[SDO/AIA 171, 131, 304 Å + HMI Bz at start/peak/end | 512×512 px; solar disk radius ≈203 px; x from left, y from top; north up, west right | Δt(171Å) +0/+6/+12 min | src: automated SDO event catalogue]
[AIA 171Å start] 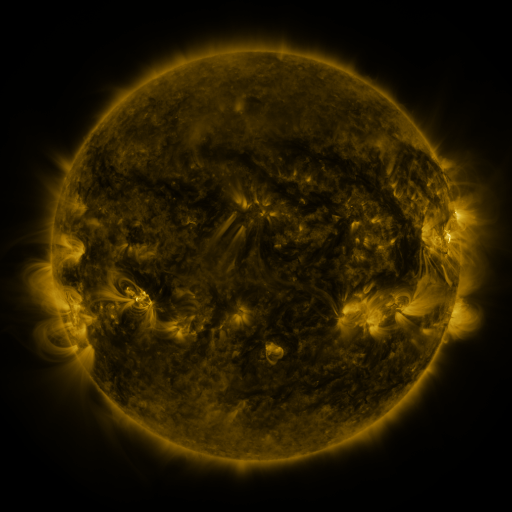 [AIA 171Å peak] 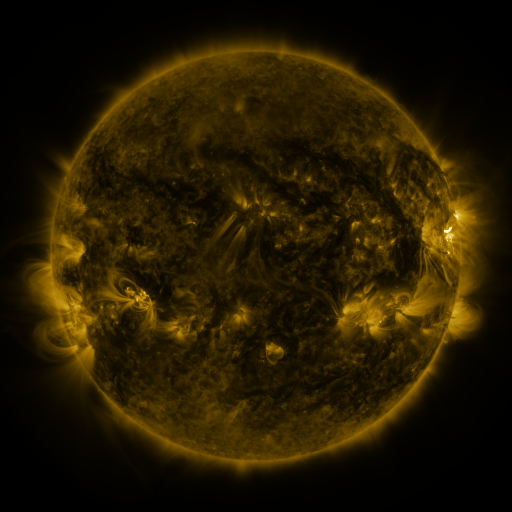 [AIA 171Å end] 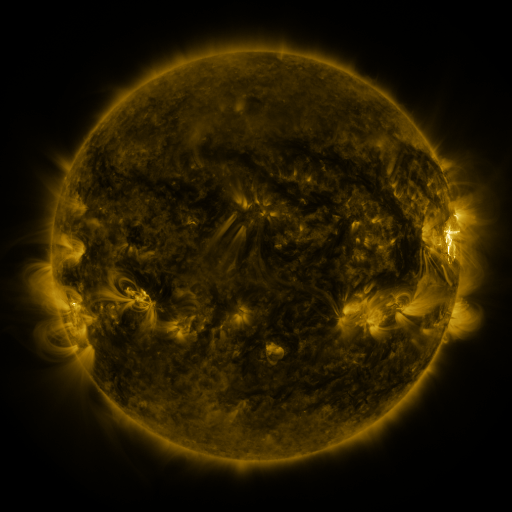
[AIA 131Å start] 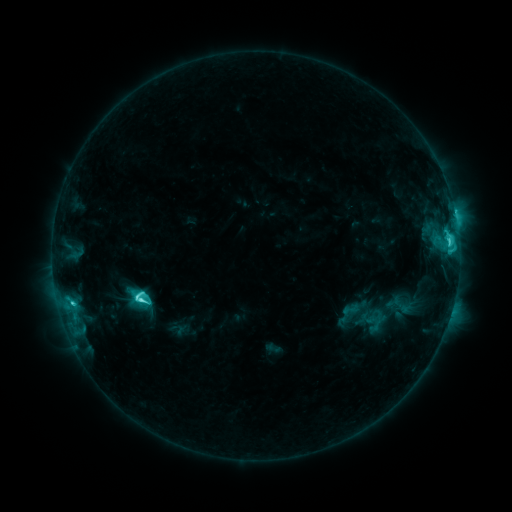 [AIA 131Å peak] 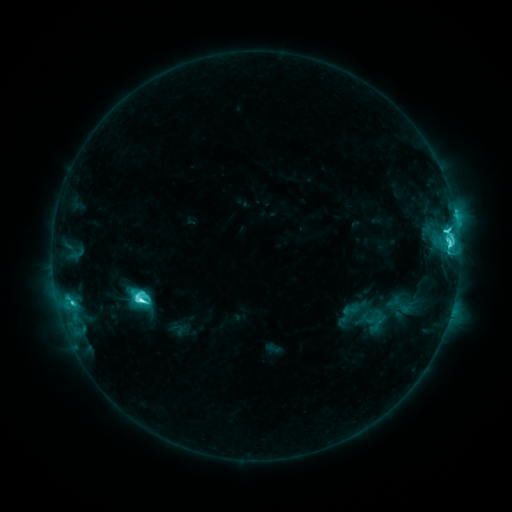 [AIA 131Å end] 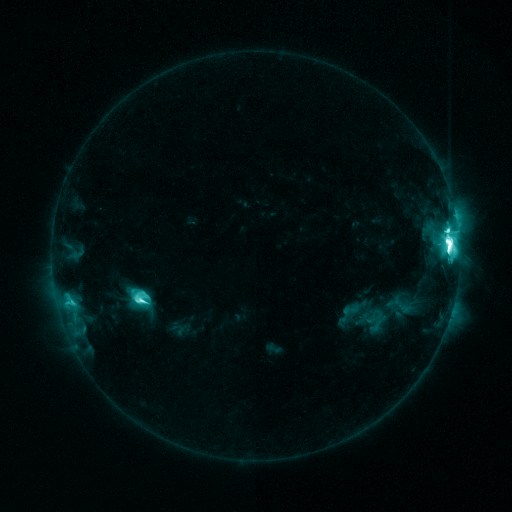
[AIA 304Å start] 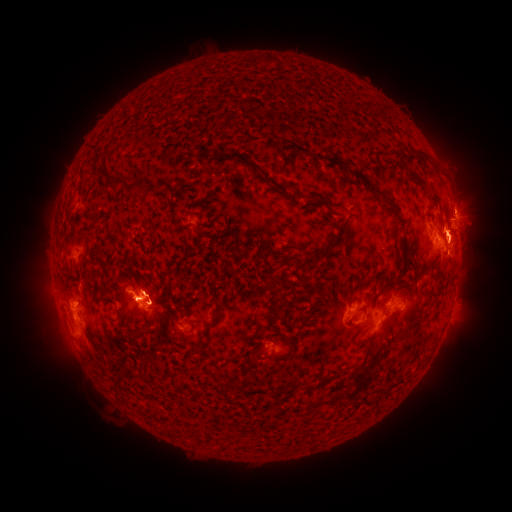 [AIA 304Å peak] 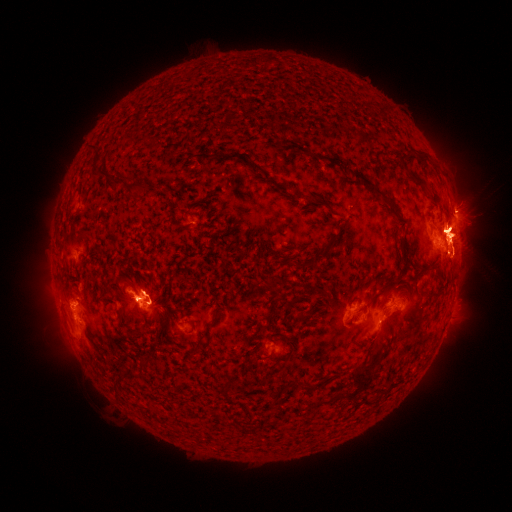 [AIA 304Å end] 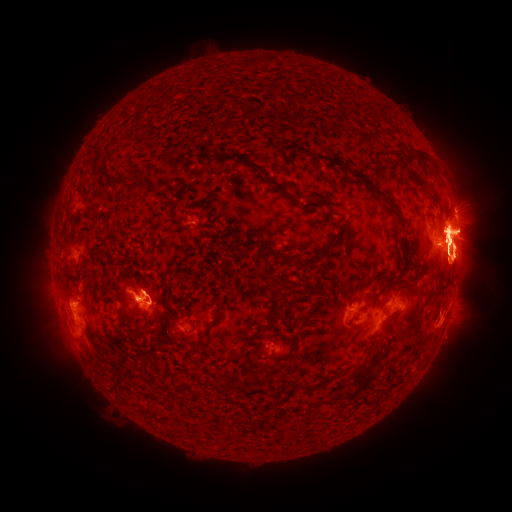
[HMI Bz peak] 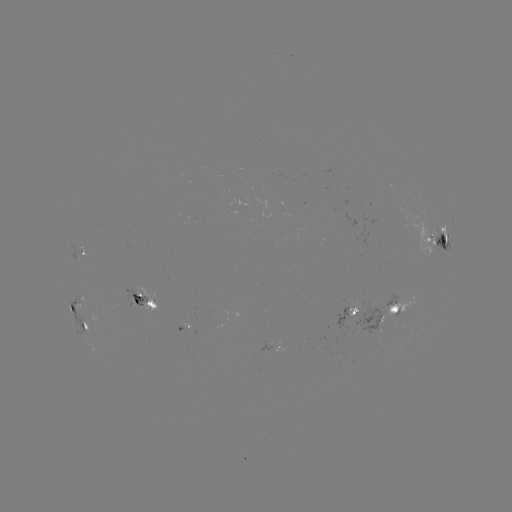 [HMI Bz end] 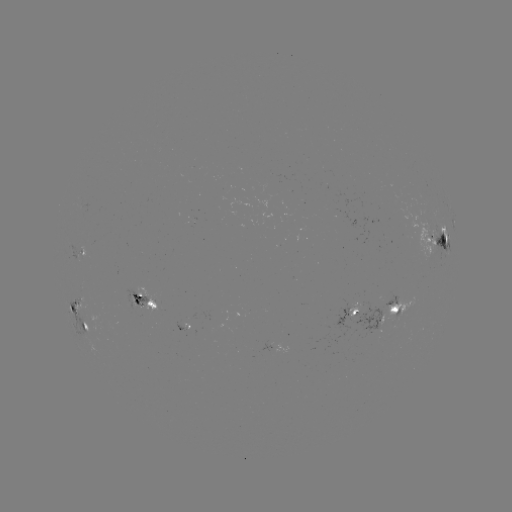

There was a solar eruption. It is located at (460, 231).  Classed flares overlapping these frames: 1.